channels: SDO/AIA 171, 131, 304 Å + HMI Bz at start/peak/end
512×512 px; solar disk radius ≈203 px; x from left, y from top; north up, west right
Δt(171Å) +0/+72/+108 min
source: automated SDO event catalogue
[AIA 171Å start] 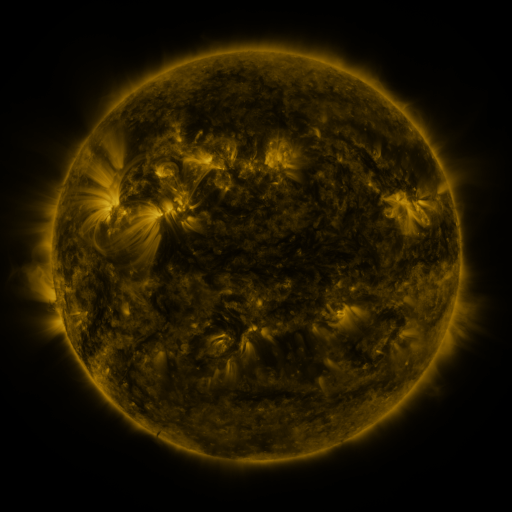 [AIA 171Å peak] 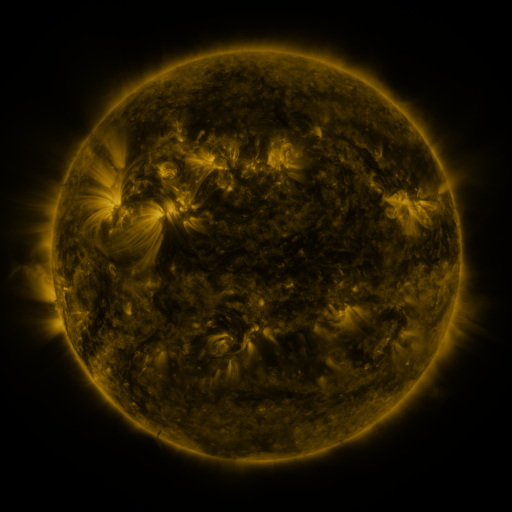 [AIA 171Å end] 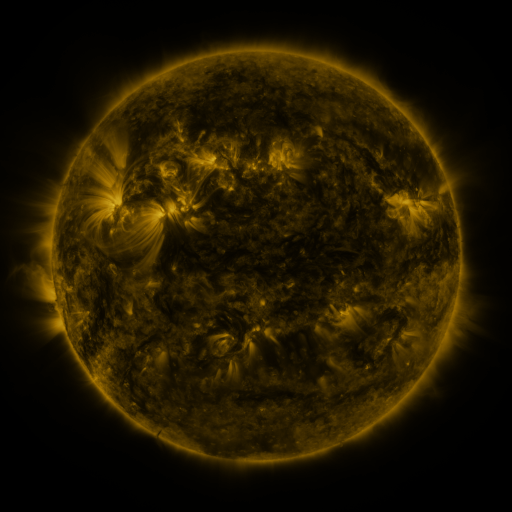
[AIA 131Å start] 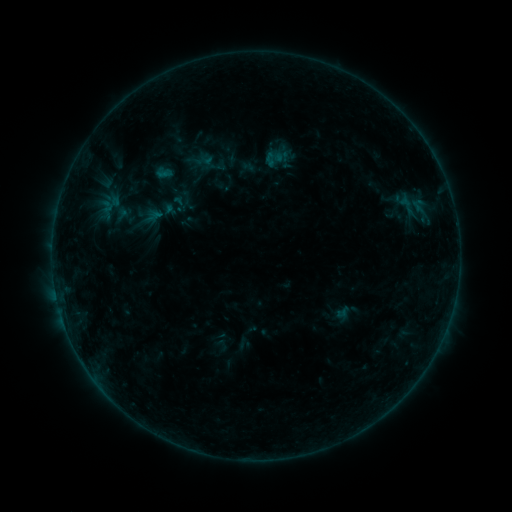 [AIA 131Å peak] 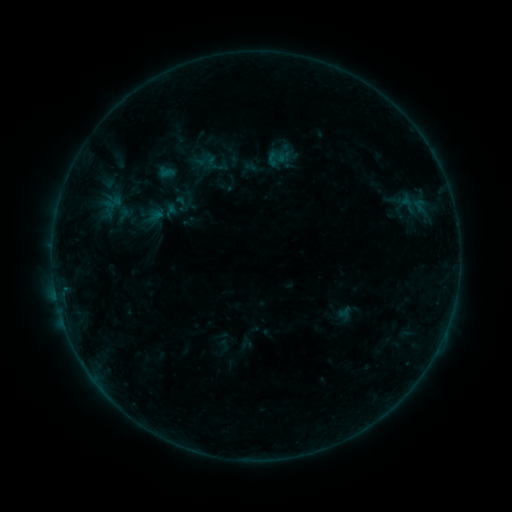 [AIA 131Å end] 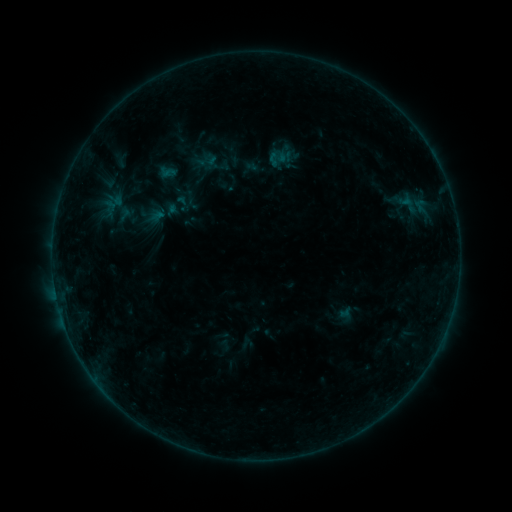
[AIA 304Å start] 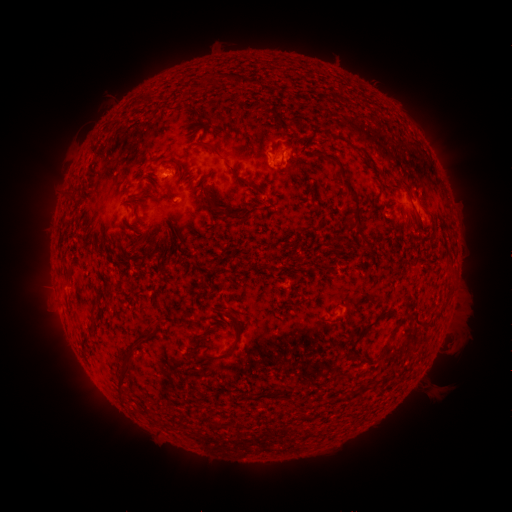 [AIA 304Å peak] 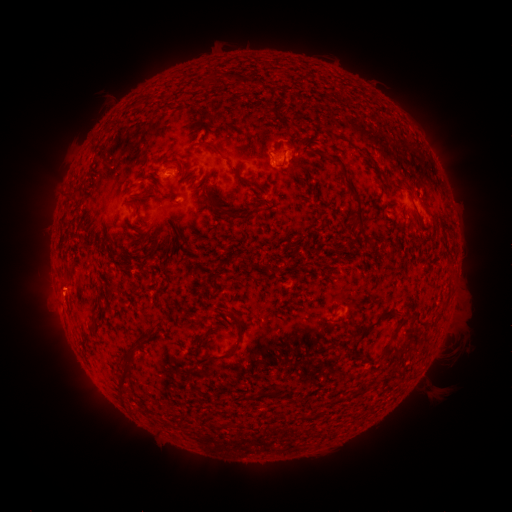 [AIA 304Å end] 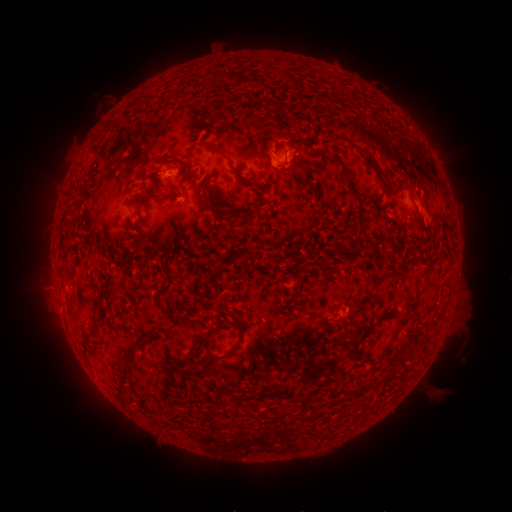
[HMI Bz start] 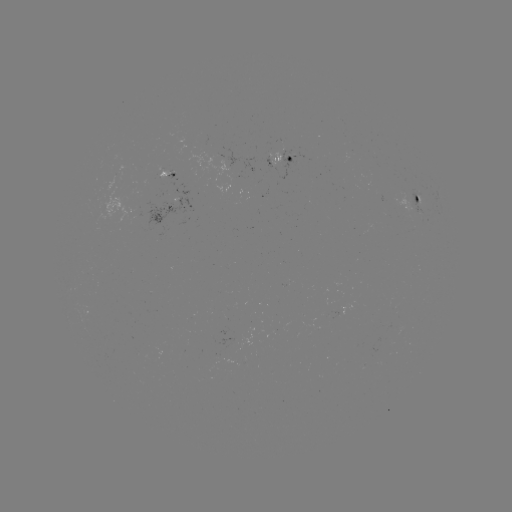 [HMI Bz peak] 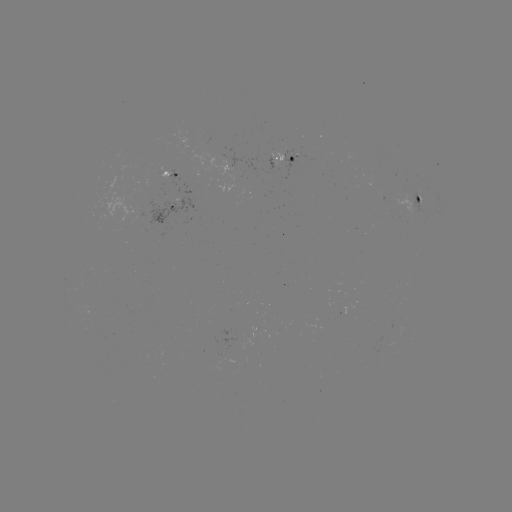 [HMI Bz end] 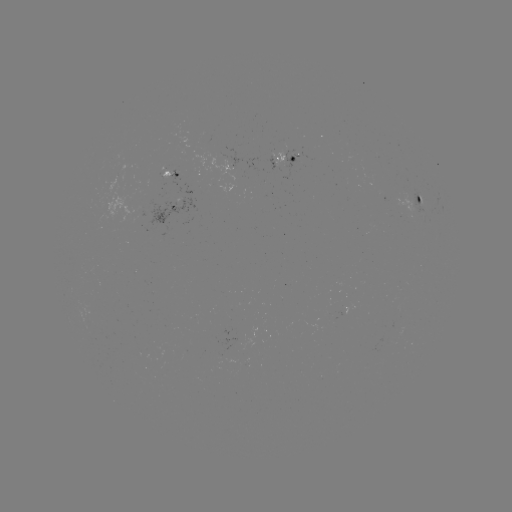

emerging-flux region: <bbox>246, 155, 282, 171</bbox>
